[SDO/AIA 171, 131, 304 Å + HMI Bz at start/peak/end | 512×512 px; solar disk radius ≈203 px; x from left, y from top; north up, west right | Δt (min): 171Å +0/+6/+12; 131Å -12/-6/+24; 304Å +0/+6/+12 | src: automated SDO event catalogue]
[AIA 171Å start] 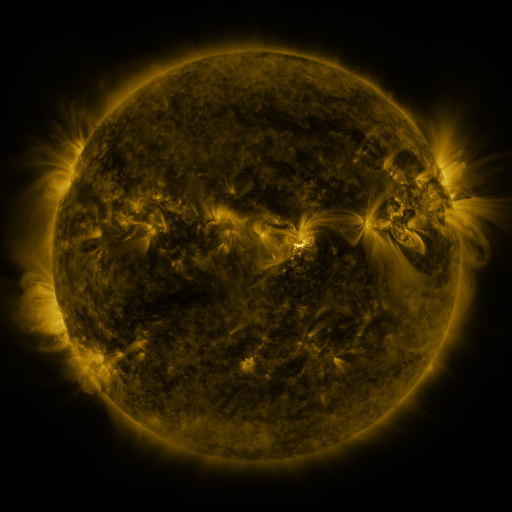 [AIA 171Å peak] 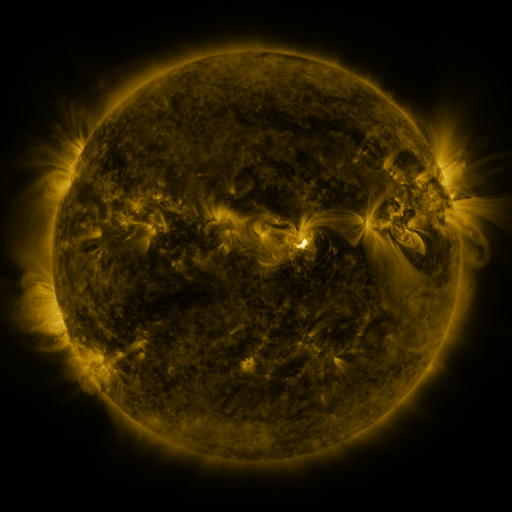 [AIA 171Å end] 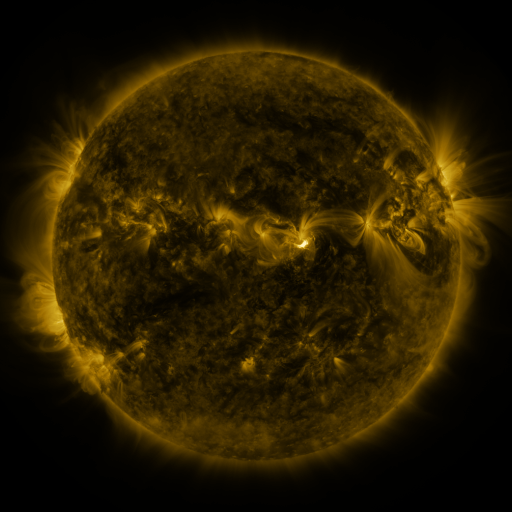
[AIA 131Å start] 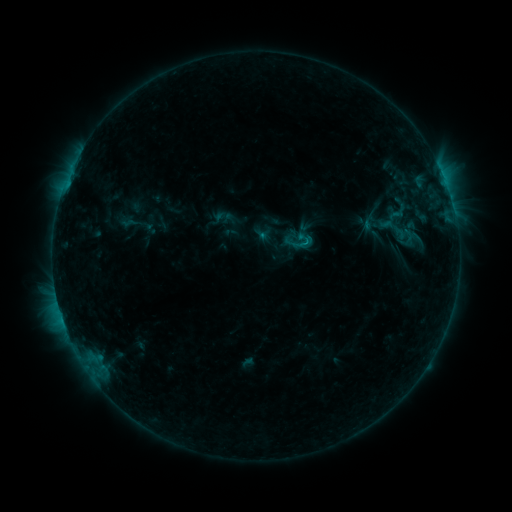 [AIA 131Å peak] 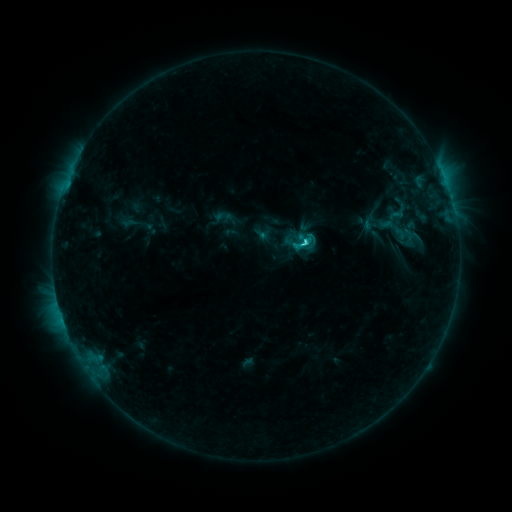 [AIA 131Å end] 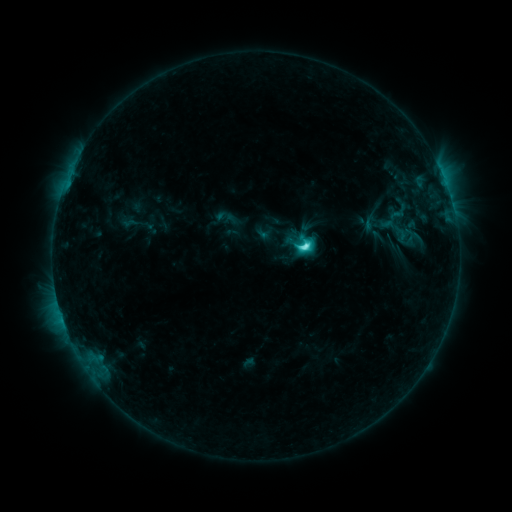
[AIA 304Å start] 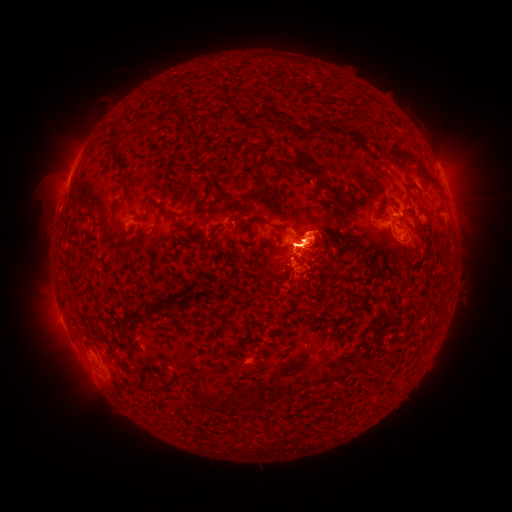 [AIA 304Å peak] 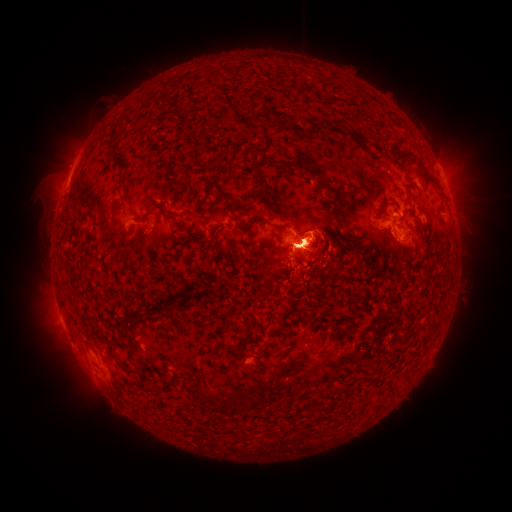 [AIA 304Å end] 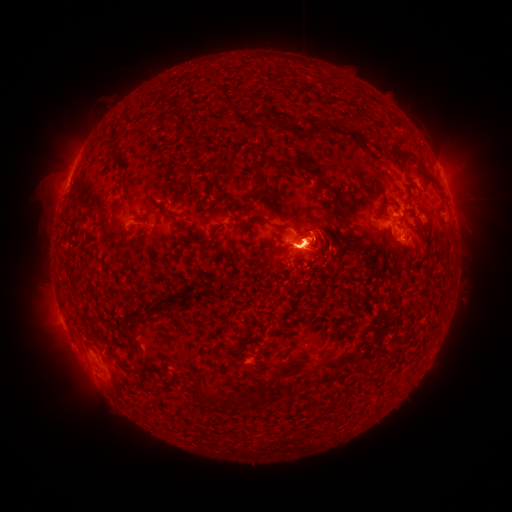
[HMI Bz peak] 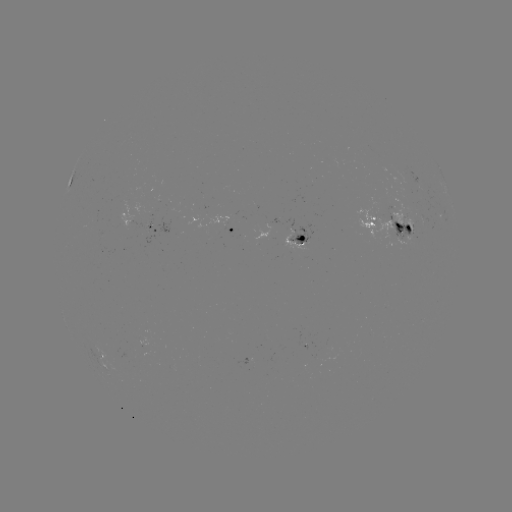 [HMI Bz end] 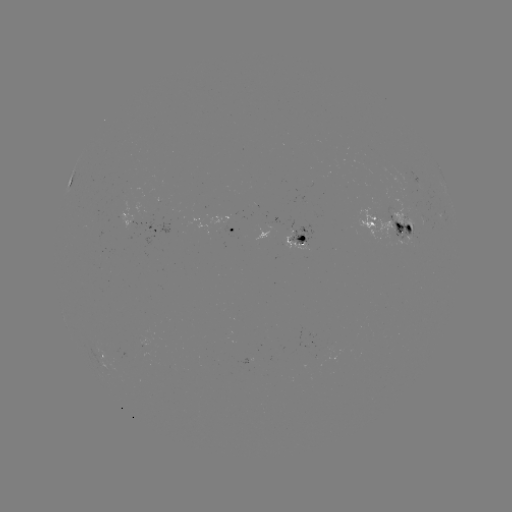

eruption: (25, 301, 128, 411)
